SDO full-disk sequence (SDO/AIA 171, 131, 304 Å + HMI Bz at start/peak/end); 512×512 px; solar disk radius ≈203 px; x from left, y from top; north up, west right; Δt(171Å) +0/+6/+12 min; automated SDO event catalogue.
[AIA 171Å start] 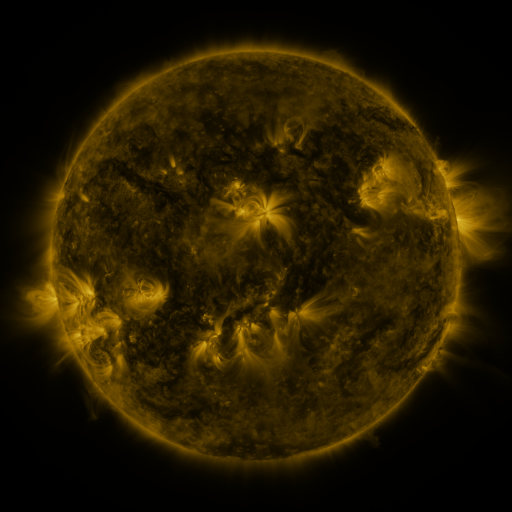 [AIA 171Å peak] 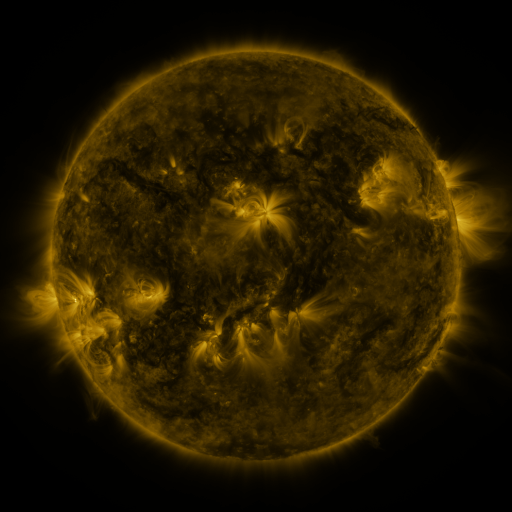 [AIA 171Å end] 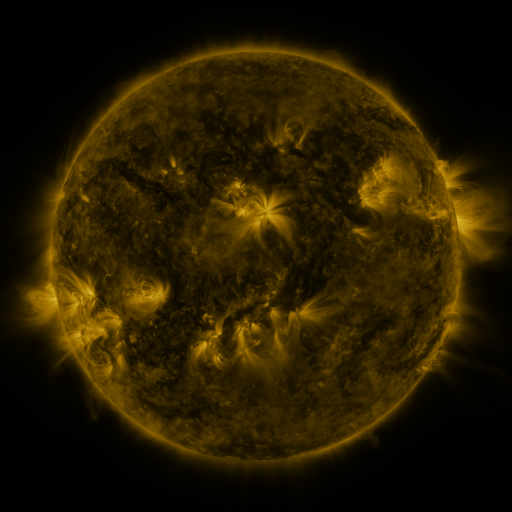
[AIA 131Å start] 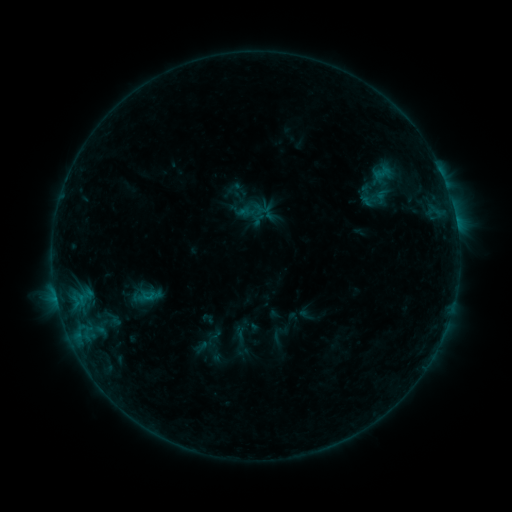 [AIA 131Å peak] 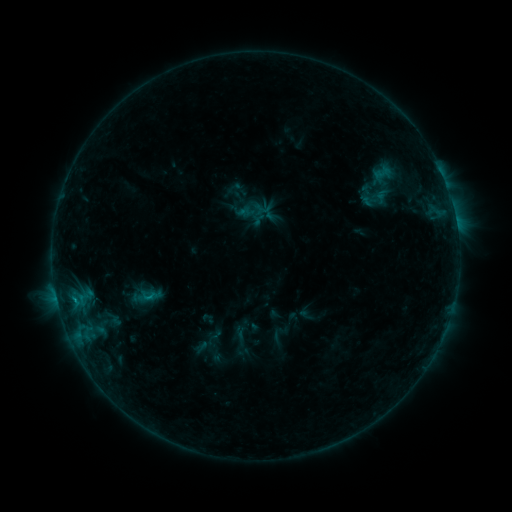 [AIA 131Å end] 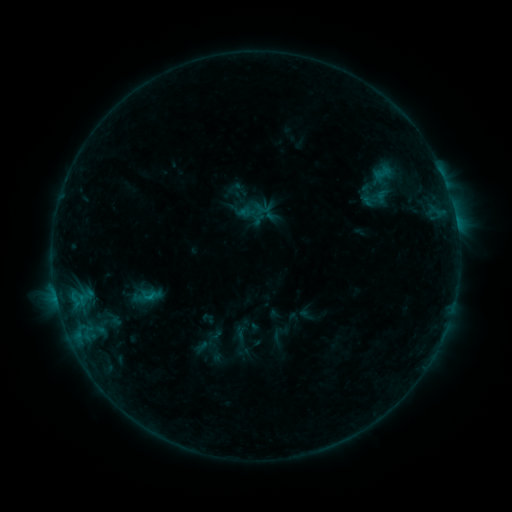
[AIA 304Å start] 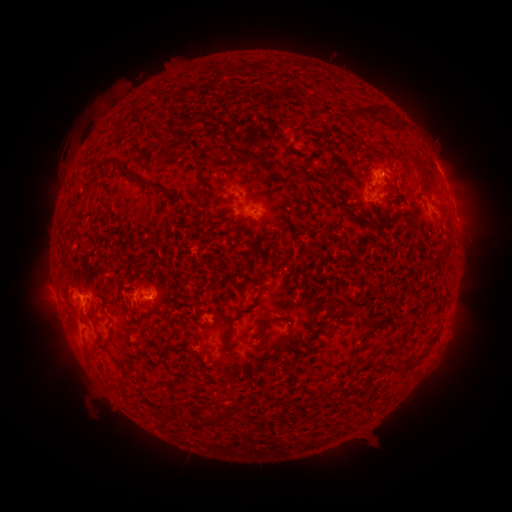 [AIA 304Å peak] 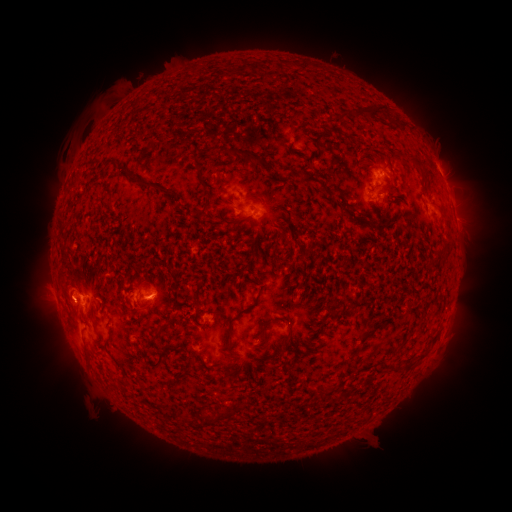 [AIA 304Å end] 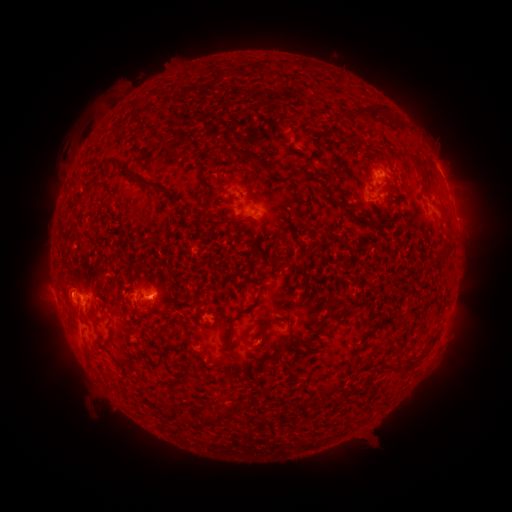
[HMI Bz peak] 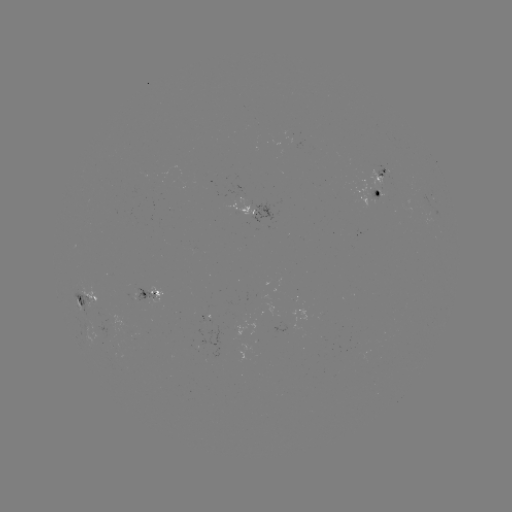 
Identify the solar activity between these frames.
B5.7 flare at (74, 300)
